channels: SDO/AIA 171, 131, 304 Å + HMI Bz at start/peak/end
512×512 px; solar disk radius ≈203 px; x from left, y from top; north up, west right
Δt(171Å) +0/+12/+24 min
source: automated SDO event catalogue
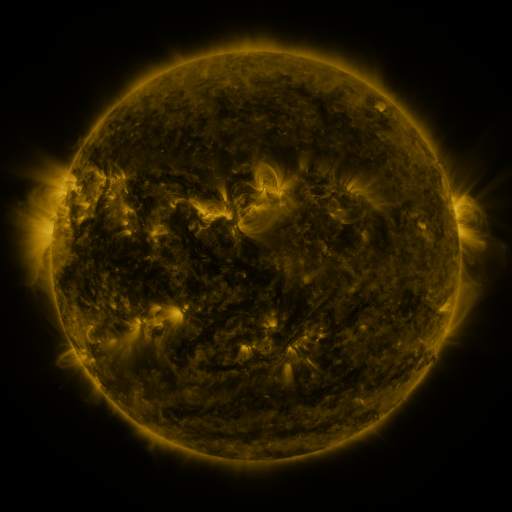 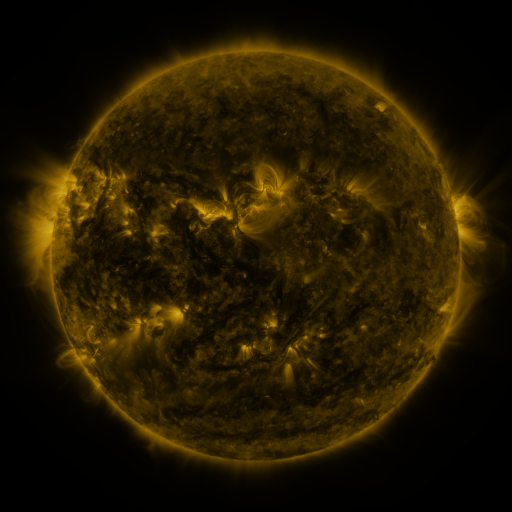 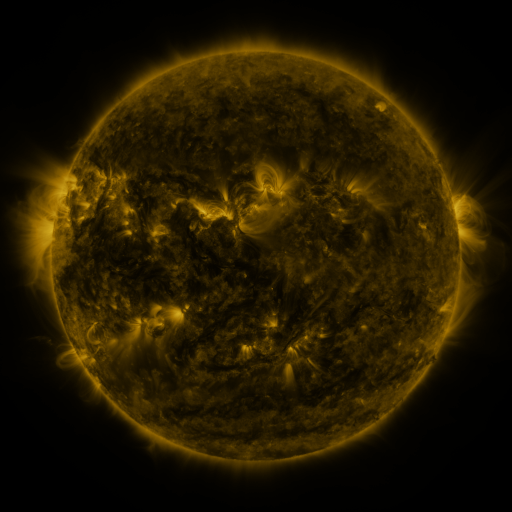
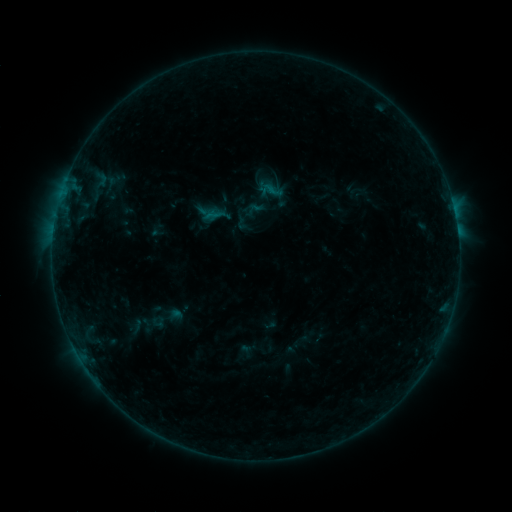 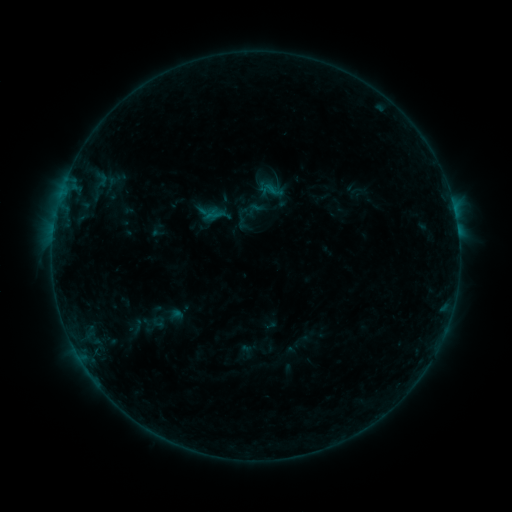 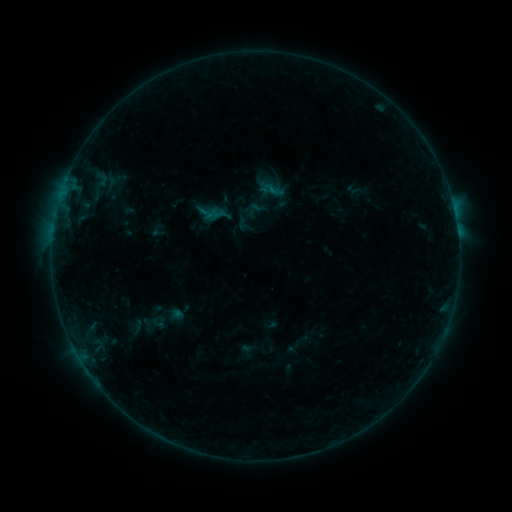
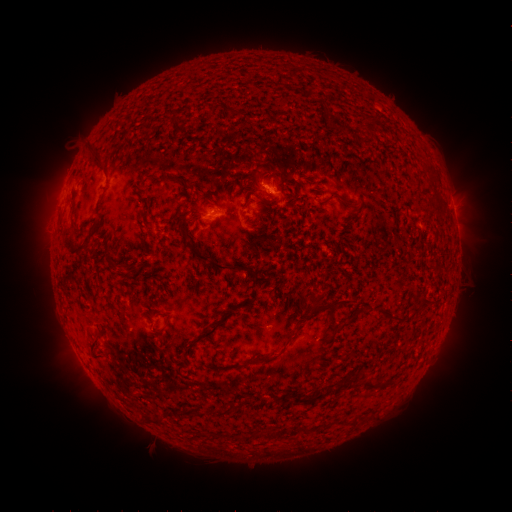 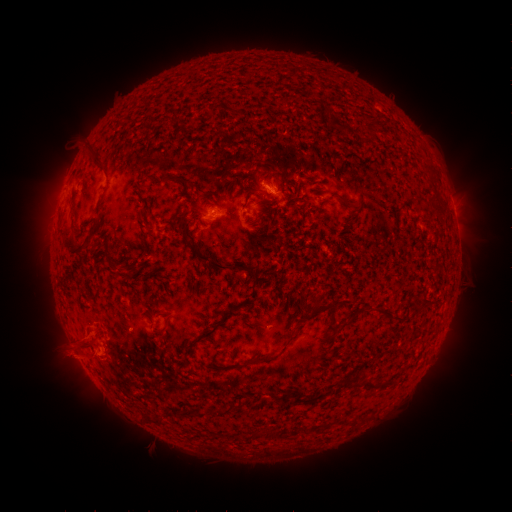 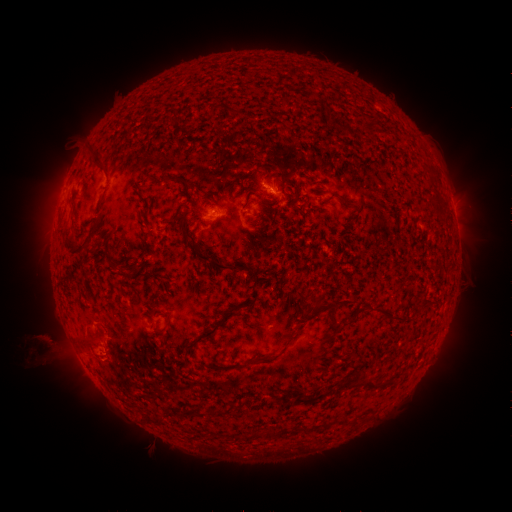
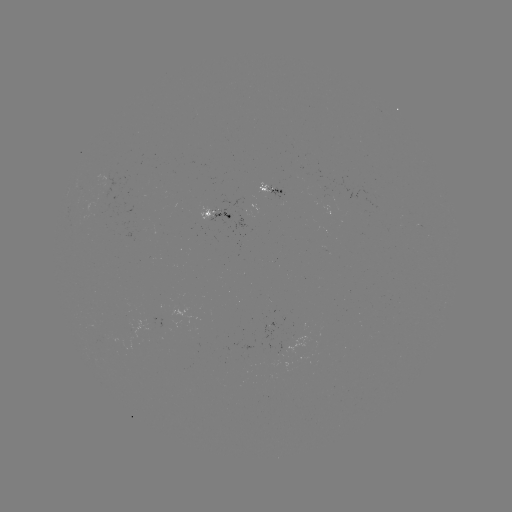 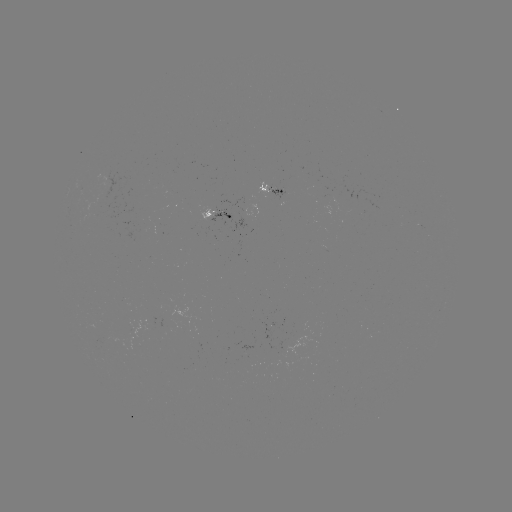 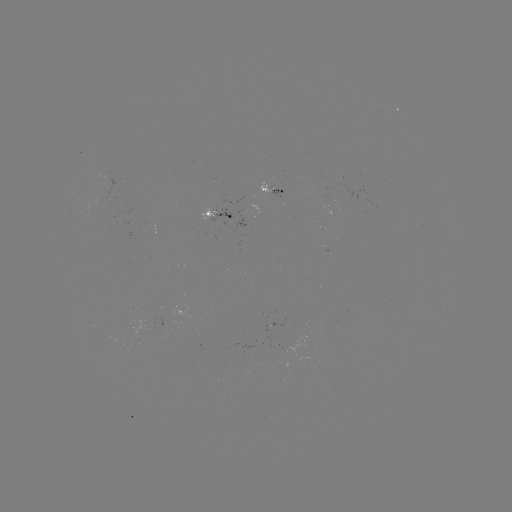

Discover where eruption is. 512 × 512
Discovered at [70, 349].